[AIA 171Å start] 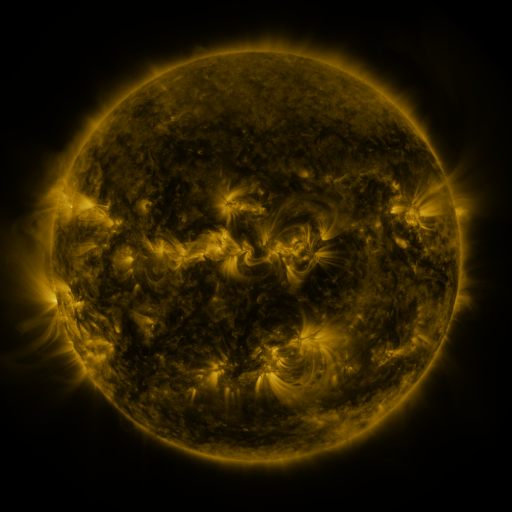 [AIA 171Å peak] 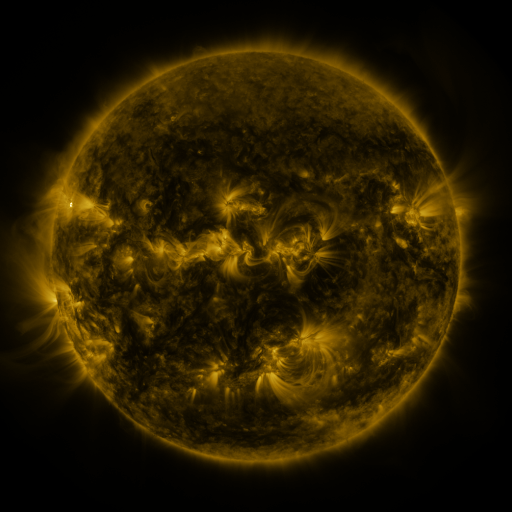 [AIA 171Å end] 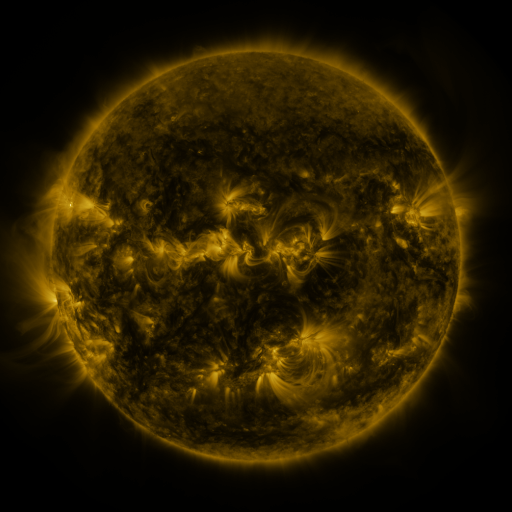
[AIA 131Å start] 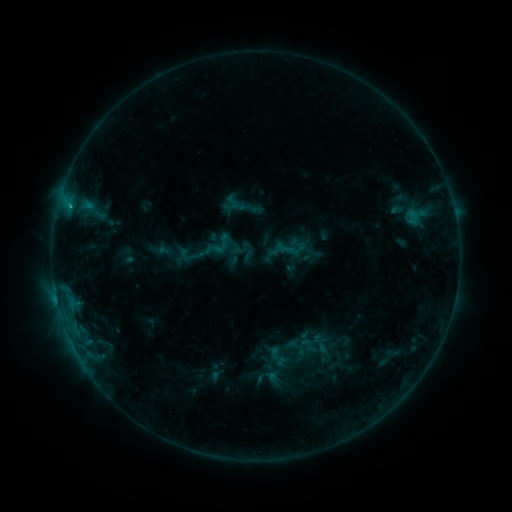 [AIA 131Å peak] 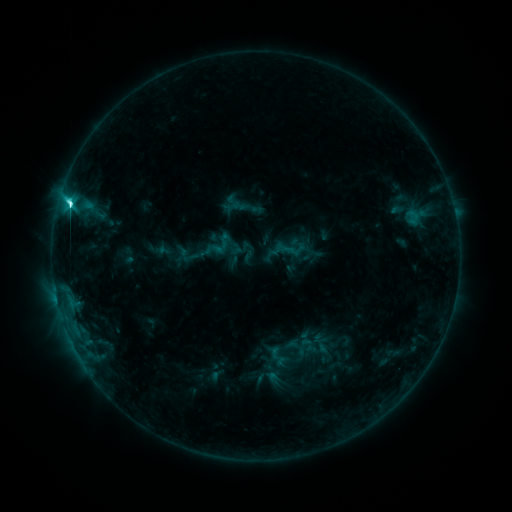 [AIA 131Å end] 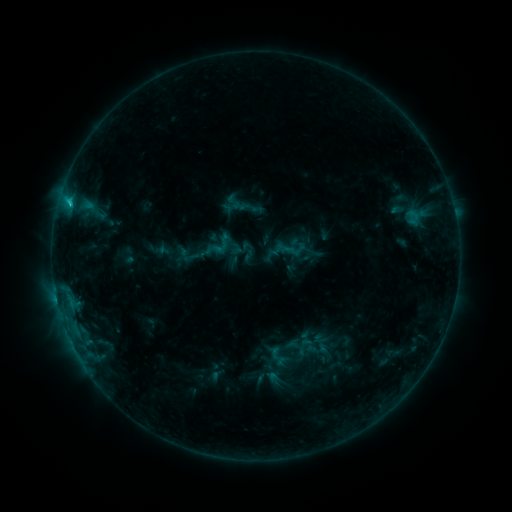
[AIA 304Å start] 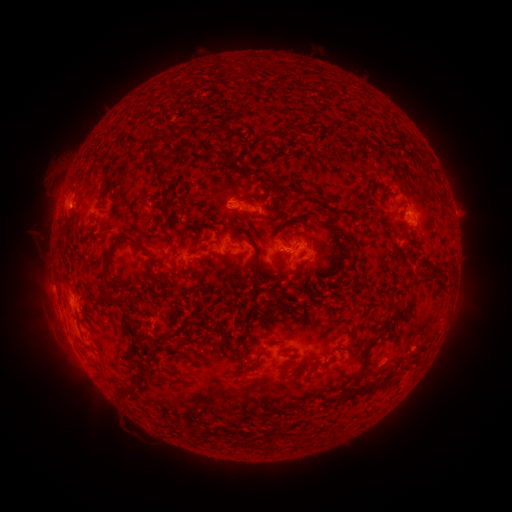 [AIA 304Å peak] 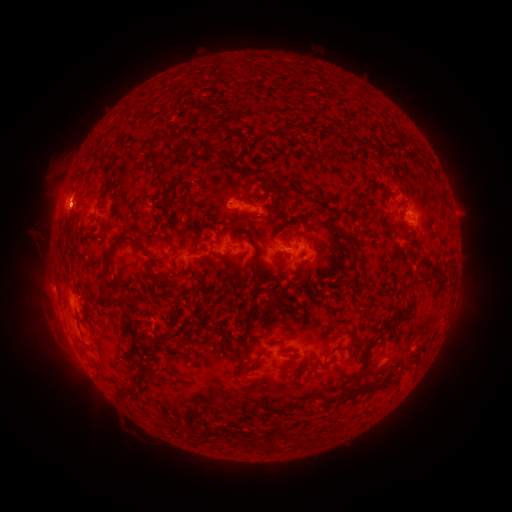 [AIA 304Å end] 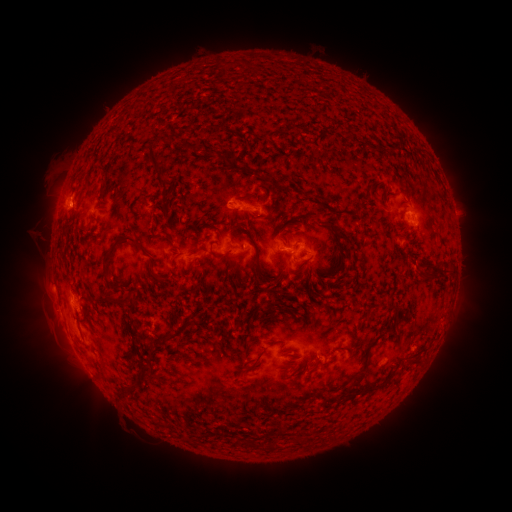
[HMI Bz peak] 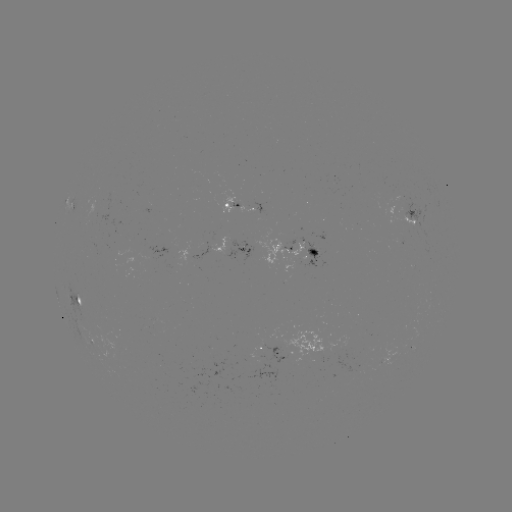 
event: flare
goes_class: C4.5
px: (70, 207)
